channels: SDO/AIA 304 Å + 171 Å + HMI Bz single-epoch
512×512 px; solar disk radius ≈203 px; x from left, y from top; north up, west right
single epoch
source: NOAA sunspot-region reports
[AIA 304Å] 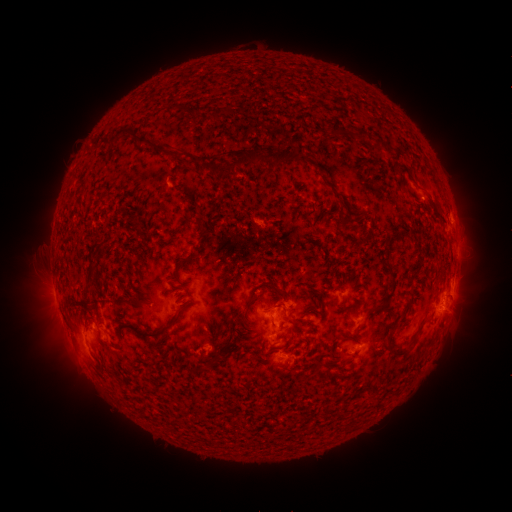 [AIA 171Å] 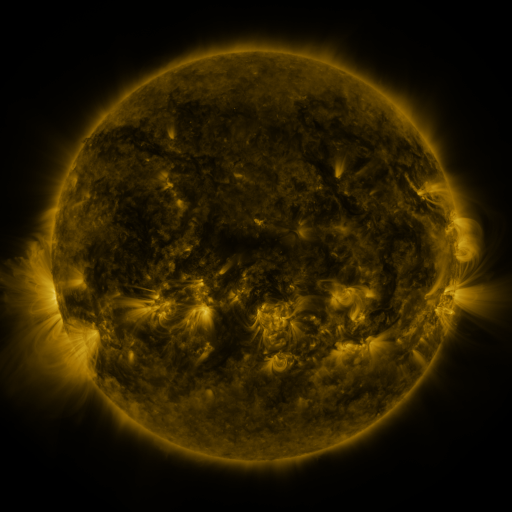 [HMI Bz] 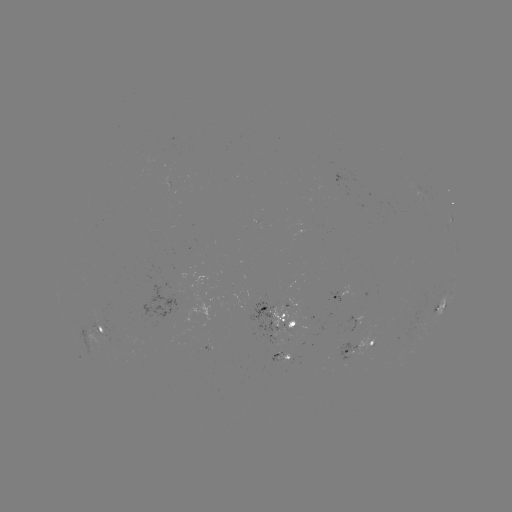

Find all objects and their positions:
spotted active region: (337, 296)
spotted active region: (439, 309)
spotted active region: (279, 320)
spotted active region: (104, 330)
spotted active region: (358, 346)
spotted active region: (280, 356)
